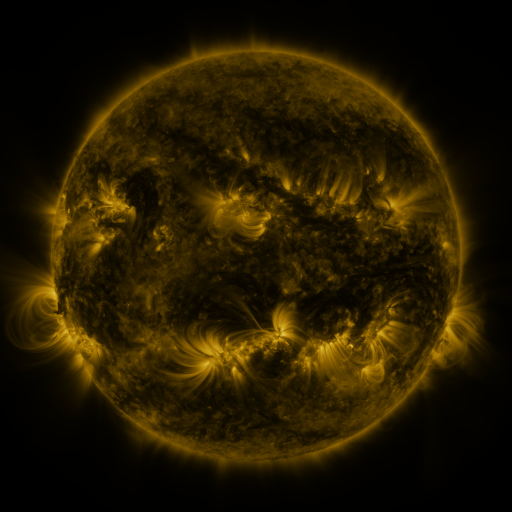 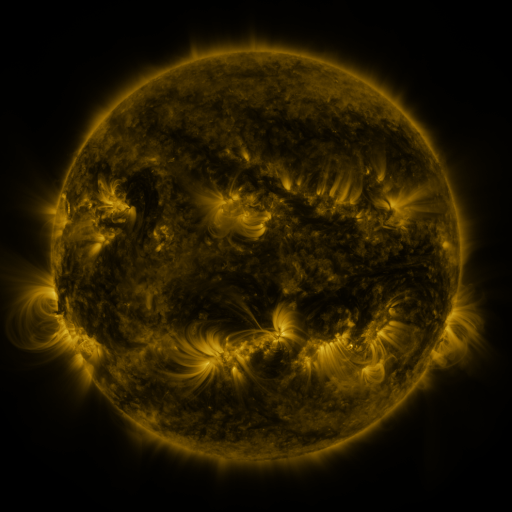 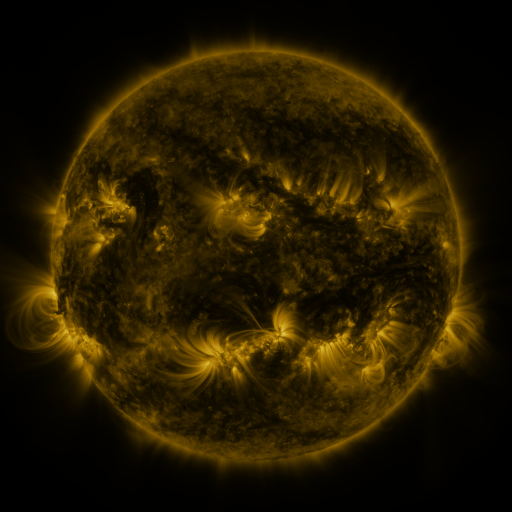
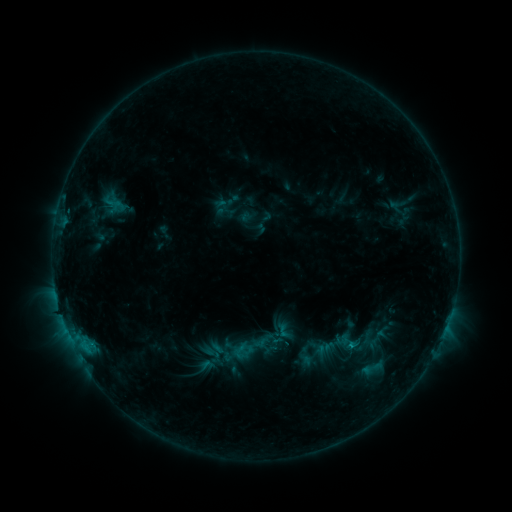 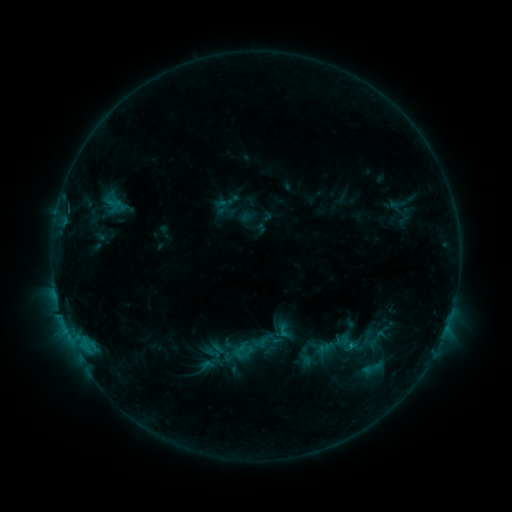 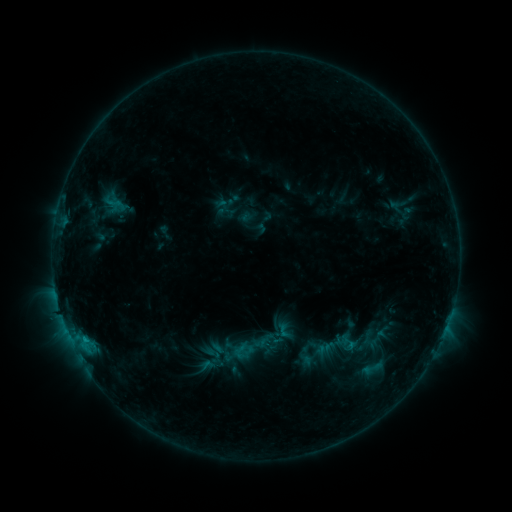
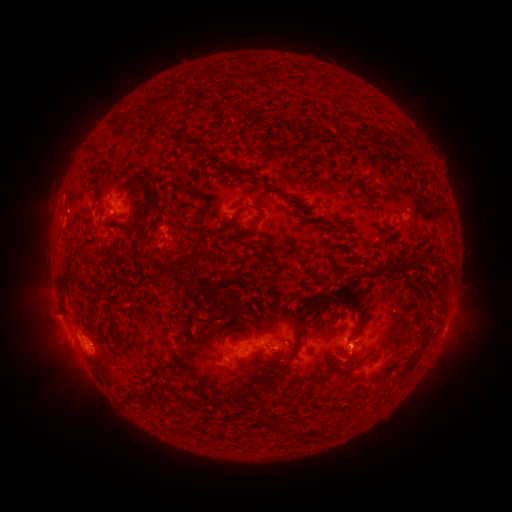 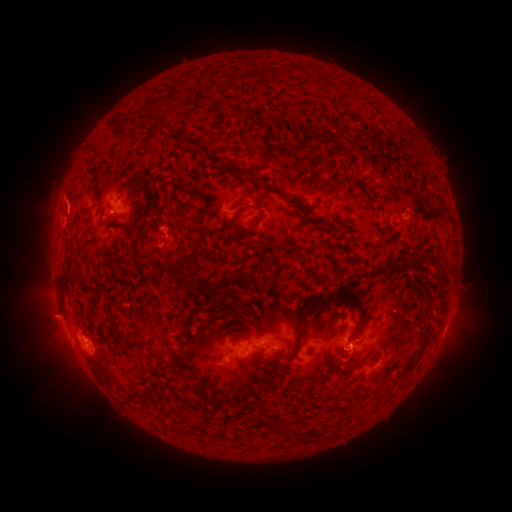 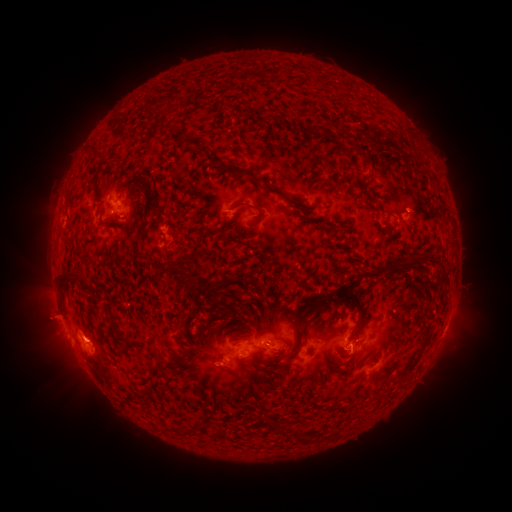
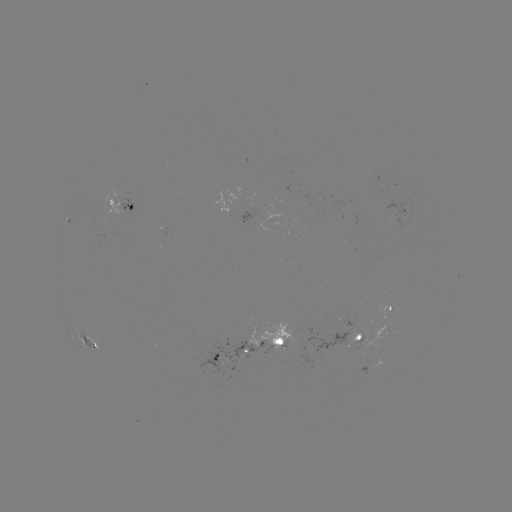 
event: eruption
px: (65, 201)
